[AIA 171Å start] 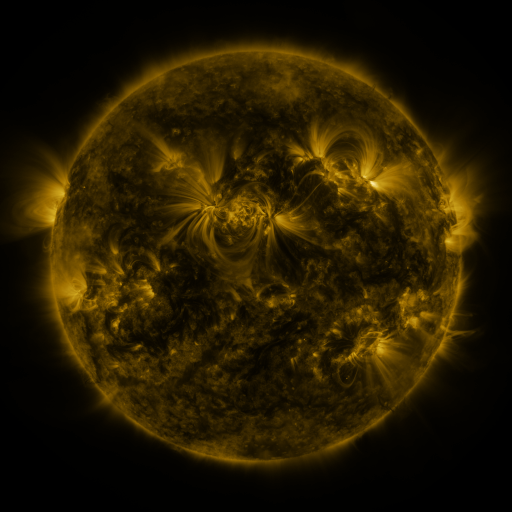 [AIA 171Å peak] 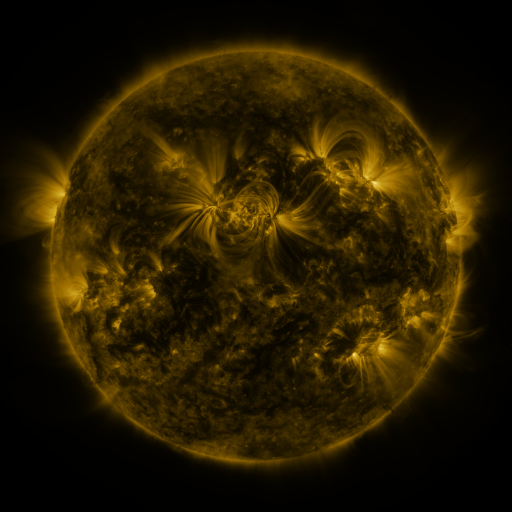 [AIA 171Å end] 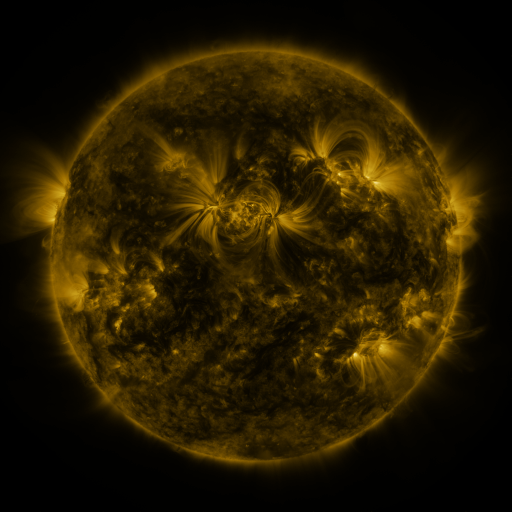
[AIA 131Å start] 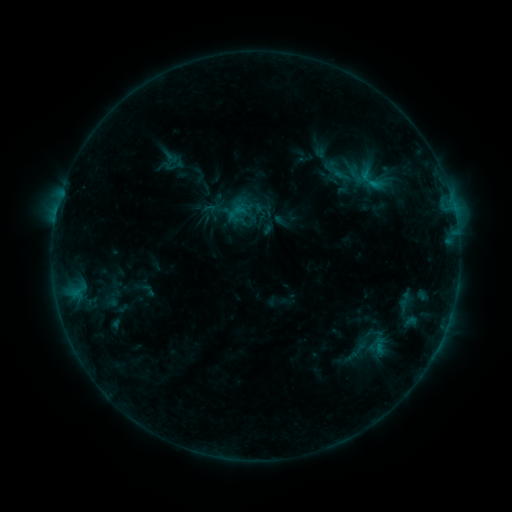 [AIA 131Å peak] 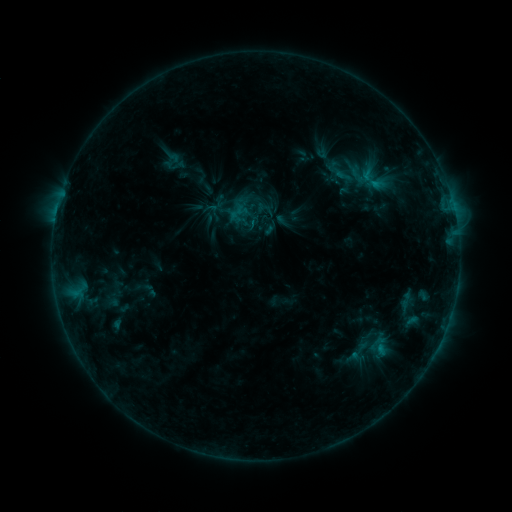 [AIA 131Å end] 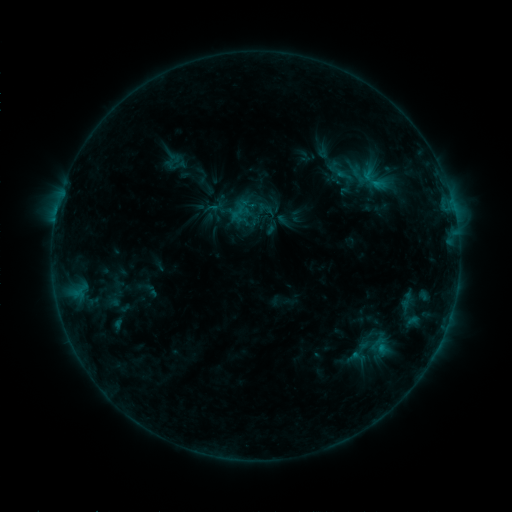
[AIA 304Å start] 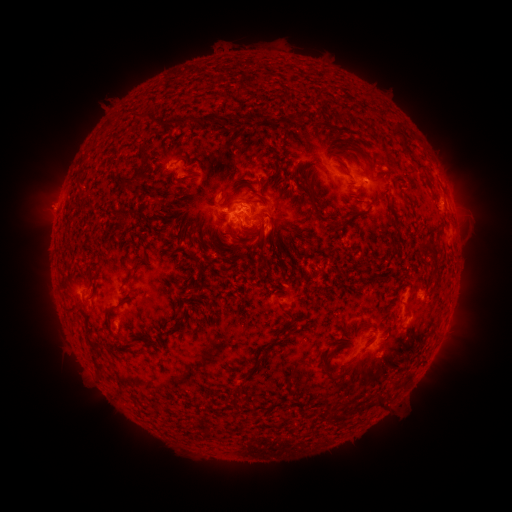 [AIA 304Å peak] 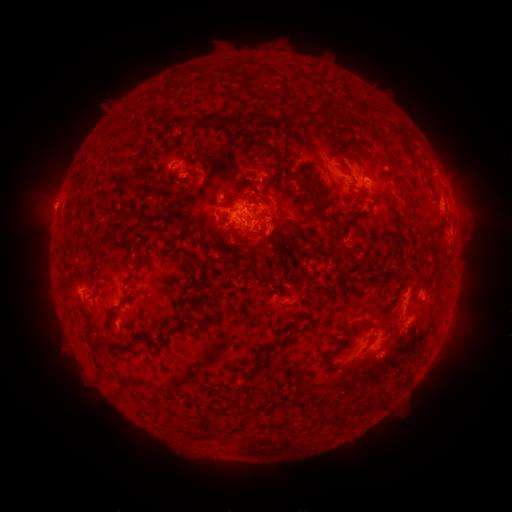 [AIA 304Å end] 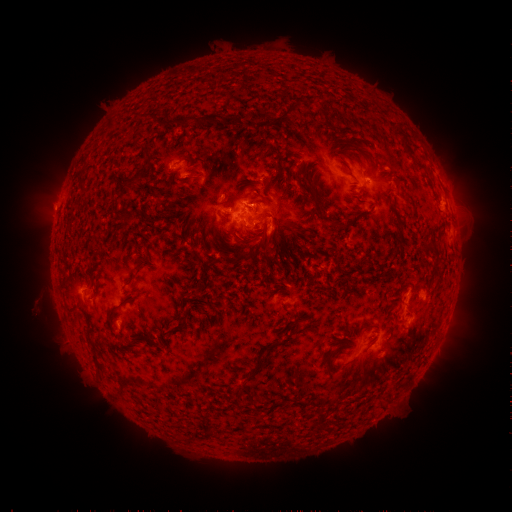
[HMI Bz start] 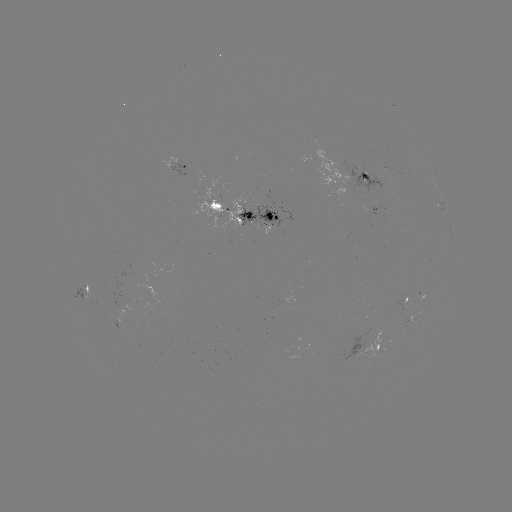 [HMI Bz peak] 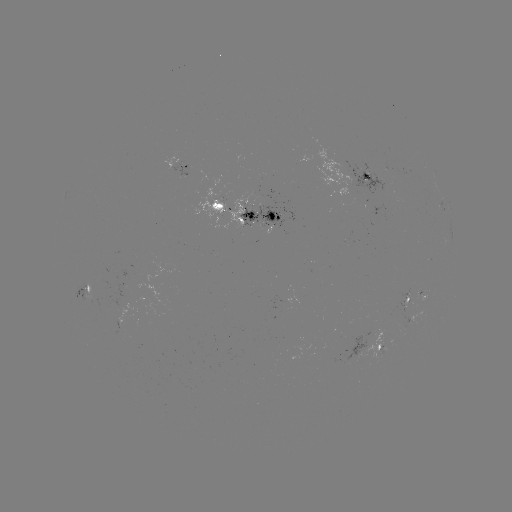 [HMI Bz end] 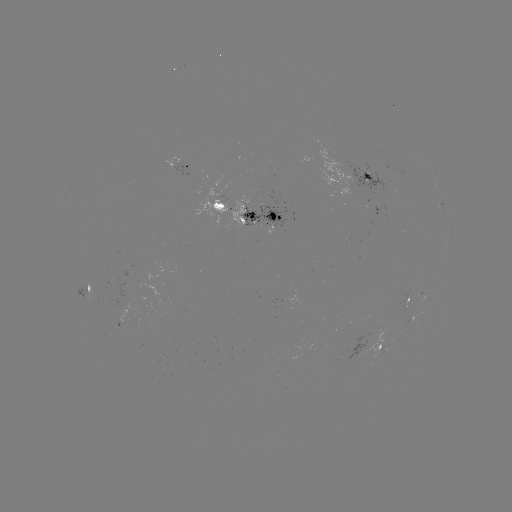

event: emerging-flux region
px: (278, 231)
